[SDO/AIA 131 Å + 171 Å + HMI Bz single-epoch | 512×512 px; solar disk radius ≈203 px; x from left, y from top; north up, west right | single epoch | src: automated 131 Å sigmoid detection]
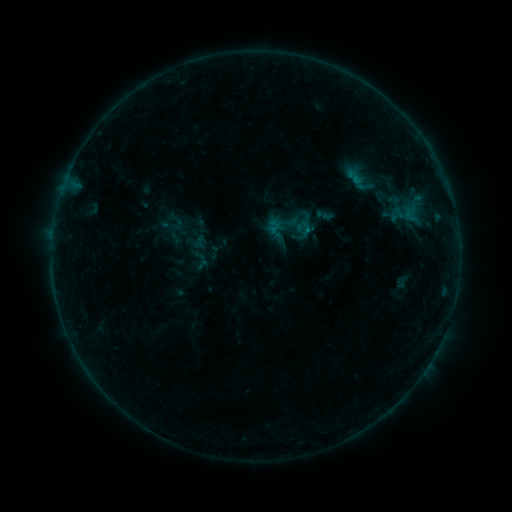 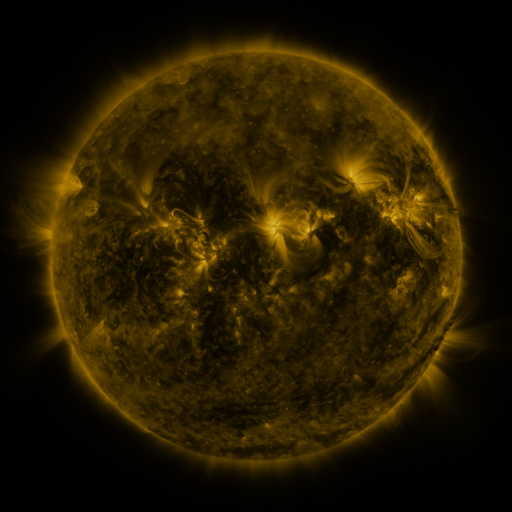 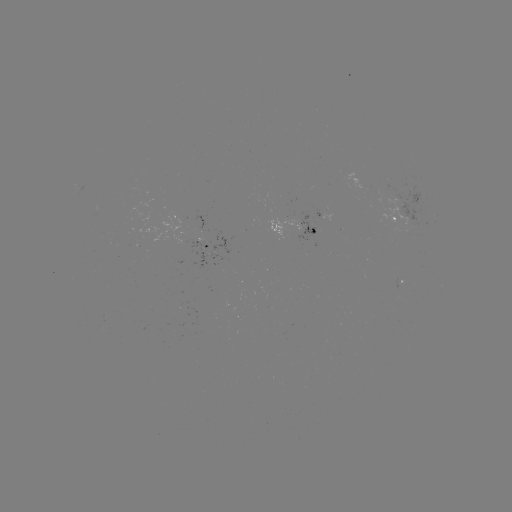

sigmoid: (166, 211, 187, 231)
